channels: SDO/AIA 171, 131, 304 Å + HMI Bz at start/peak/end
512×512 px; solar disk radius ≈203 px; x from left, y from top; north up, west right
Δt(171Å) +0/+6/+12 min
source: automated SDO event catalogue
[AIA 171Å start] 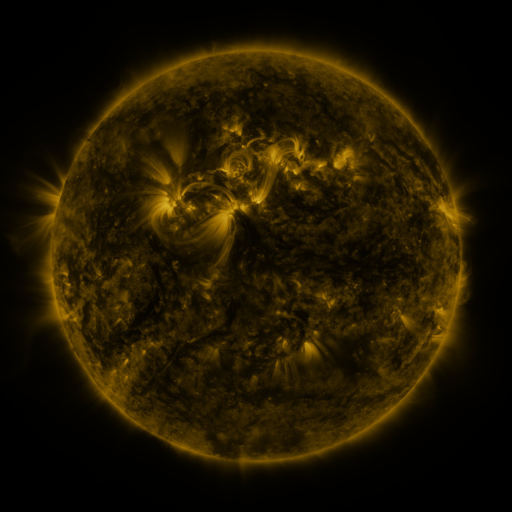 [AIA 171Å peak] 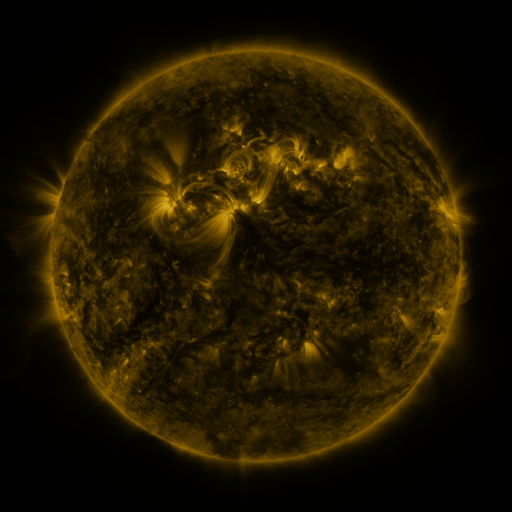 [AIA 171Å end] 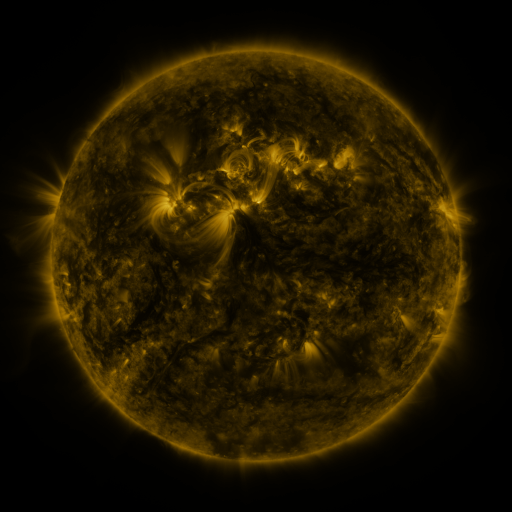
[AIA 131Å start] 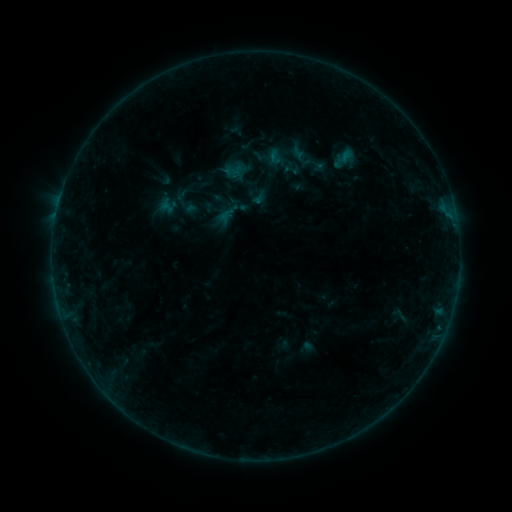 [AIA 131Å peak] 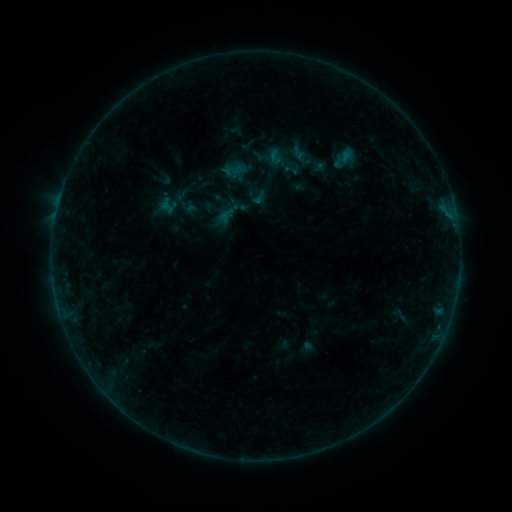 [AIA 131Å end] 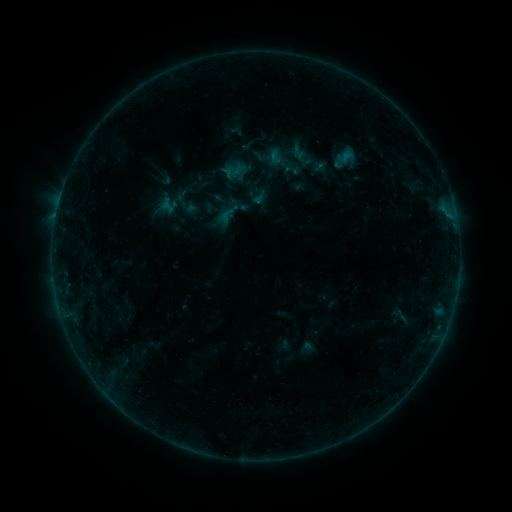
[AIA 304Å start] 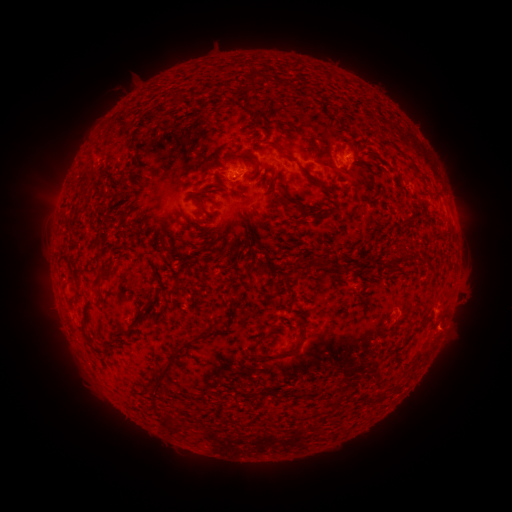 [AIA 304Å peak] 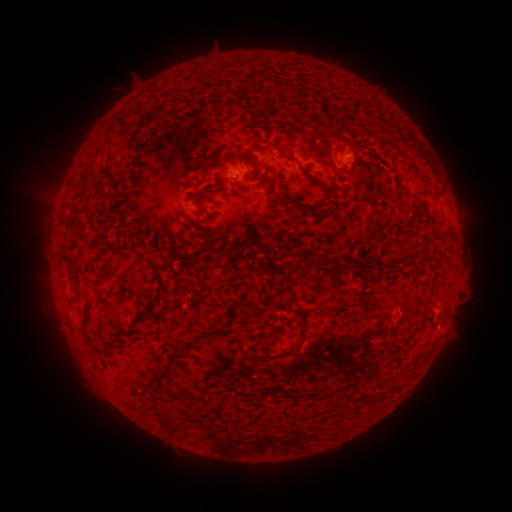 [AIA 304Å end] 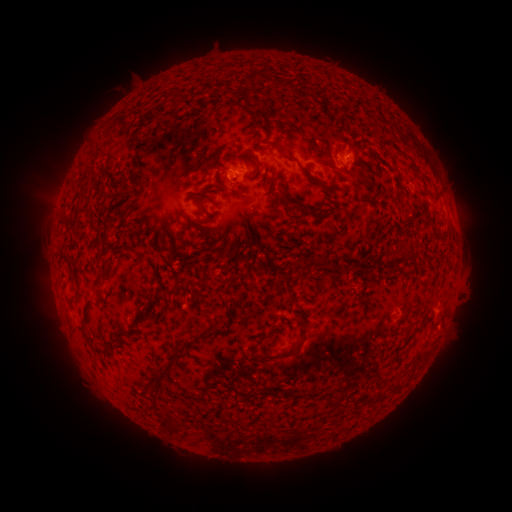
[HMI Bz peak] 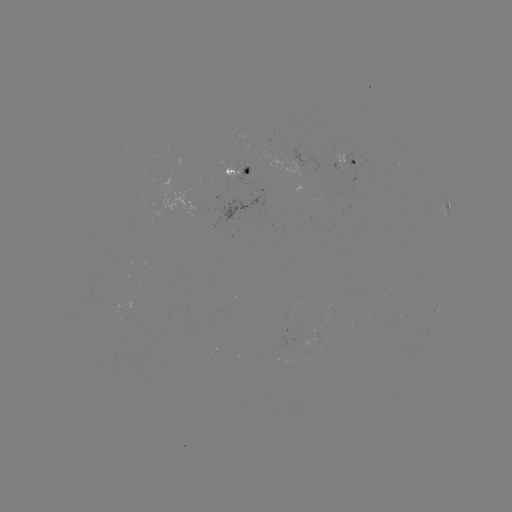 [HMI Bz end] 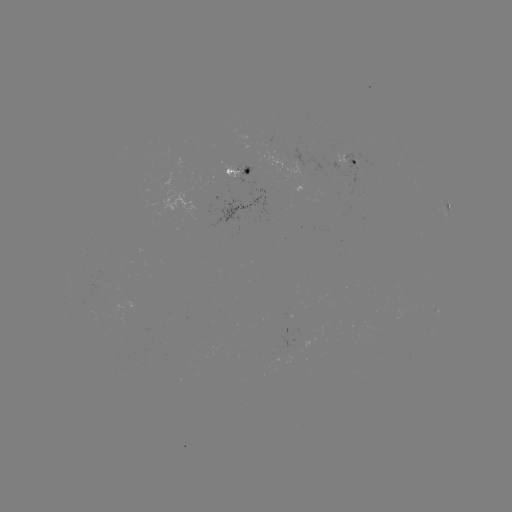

no flare in any classed list; no EUV-trigger detection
